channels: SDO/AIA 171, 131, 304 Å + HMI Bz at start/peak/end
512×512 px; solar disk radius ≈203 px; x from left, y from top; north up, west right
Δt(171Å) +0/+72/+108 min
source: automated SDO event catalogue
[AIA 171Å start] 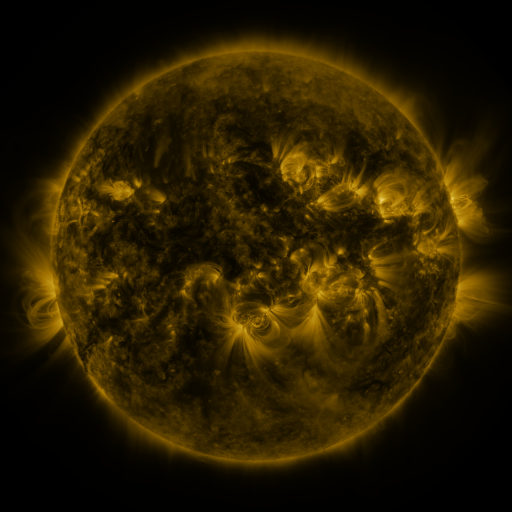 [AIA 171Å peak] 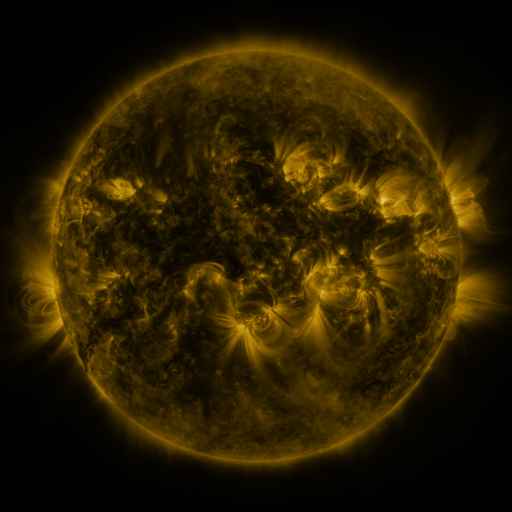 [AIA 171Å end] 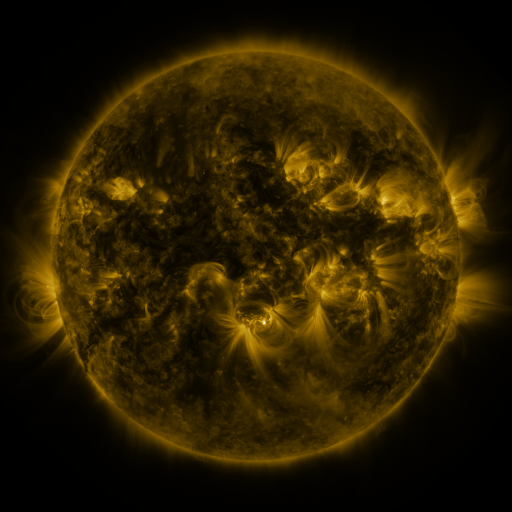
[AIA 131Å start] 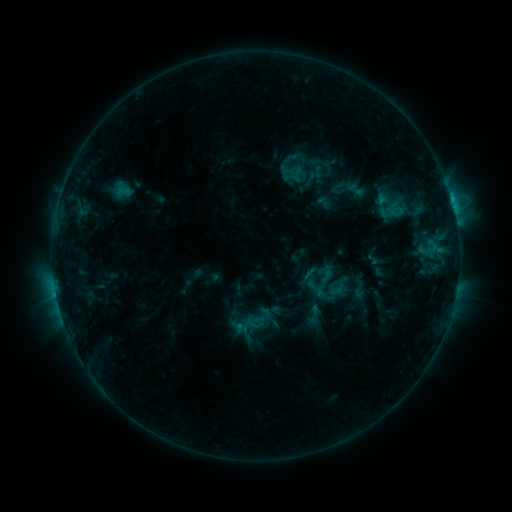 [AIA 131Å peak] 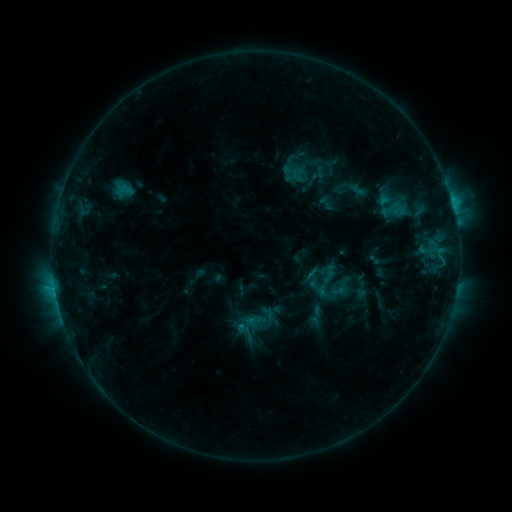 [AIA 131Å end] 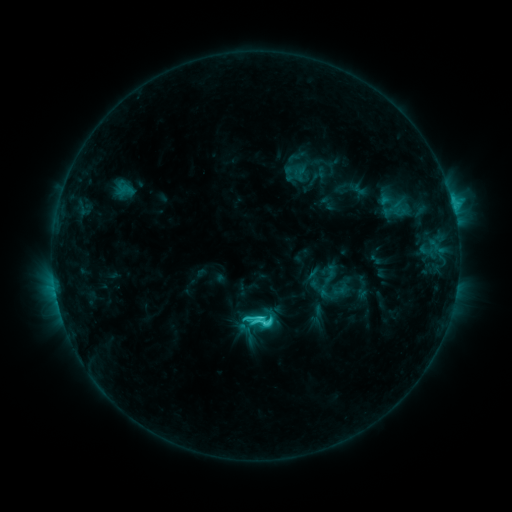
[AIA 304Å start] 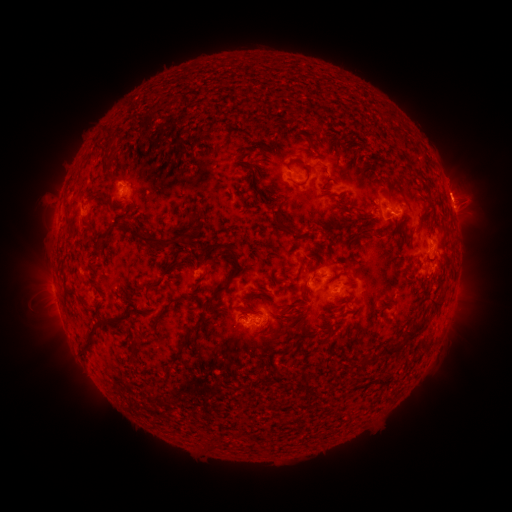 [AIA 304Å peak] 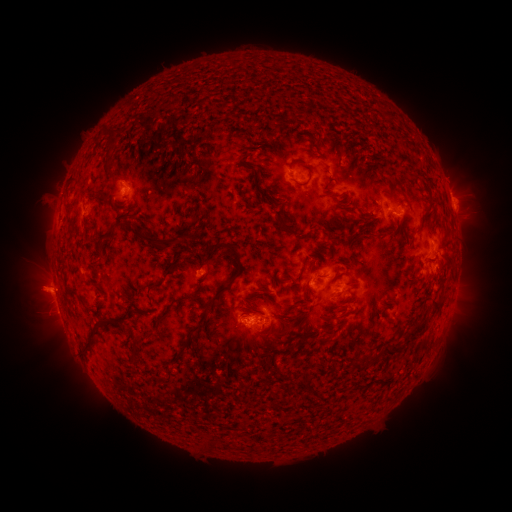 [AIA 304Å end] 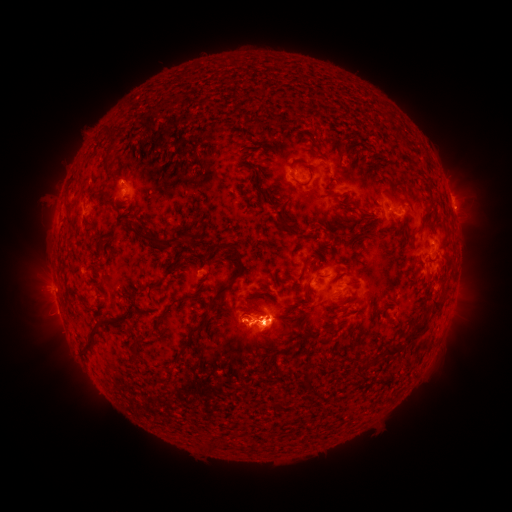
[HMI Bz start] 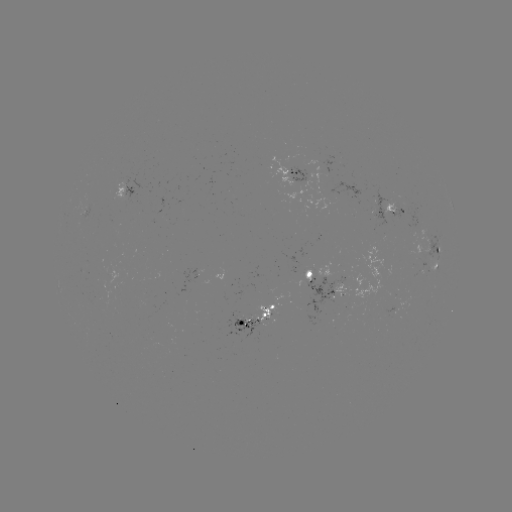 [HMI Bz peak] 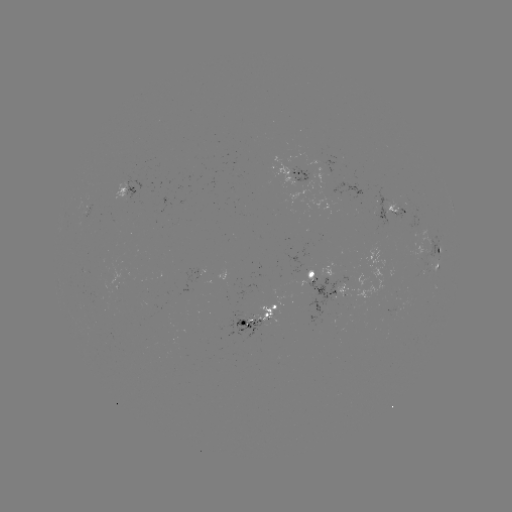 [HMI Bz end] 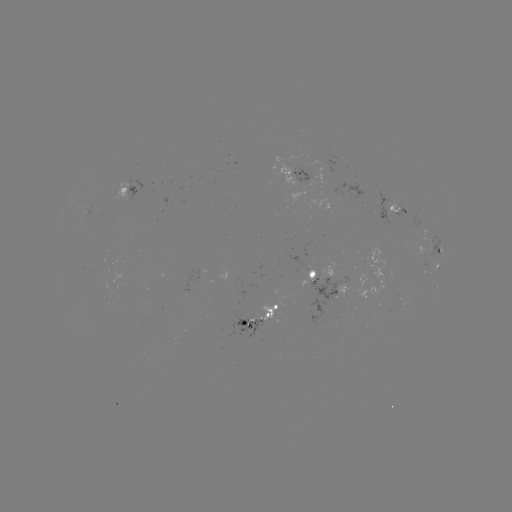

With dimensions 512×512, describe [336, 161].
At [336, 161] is emerging-flux region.